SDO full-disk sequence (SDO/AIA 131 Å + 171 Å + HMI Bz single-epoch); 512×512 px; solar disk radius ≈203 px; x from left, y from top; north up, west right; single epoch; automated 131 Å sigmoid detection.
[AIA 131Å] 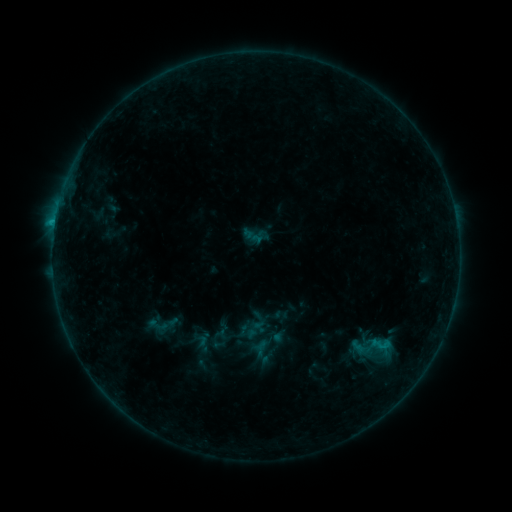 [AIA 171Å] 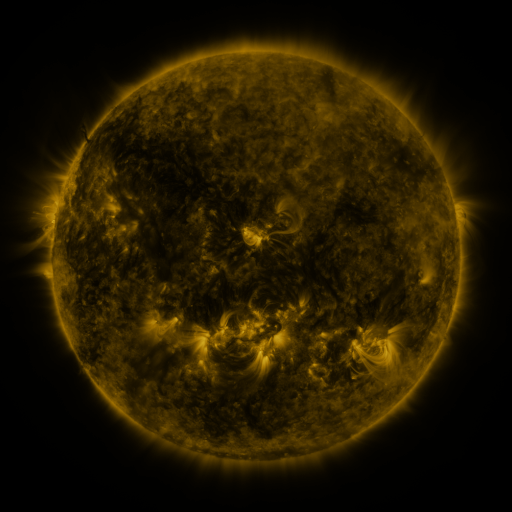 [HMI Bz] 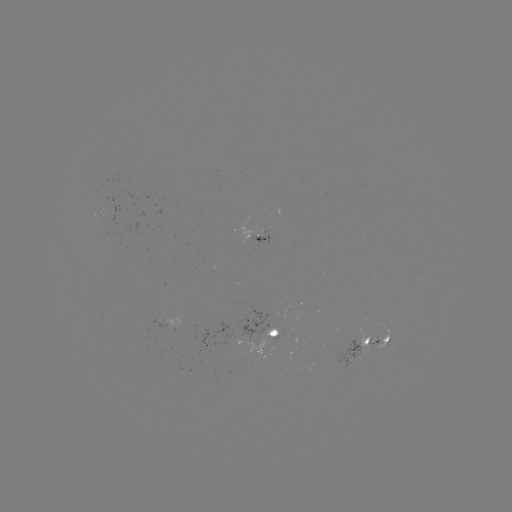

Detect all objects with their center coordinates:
sigmoid: <bbox>242, 224, 267, 248</bbox>
sigmoid: <bbox>369, 335, 388, 354</bbox>
